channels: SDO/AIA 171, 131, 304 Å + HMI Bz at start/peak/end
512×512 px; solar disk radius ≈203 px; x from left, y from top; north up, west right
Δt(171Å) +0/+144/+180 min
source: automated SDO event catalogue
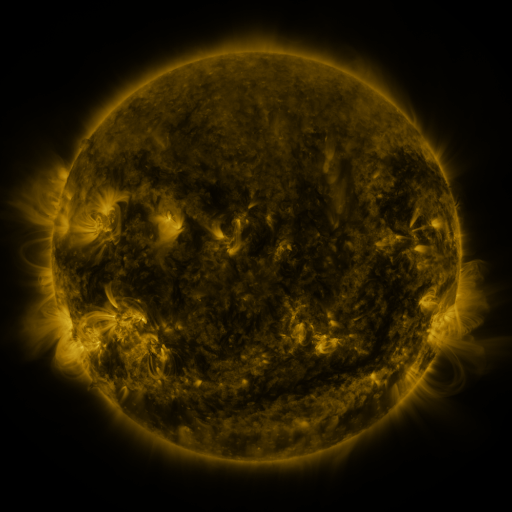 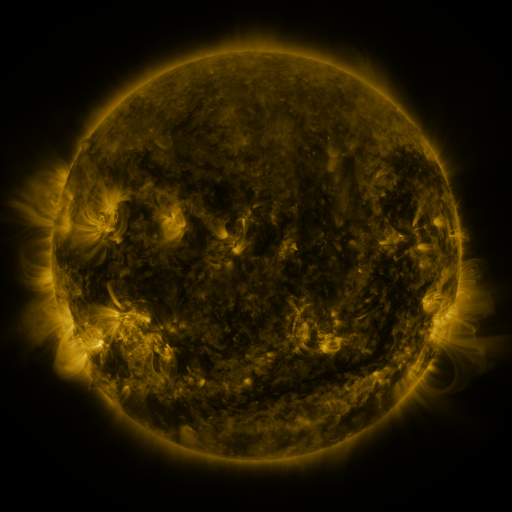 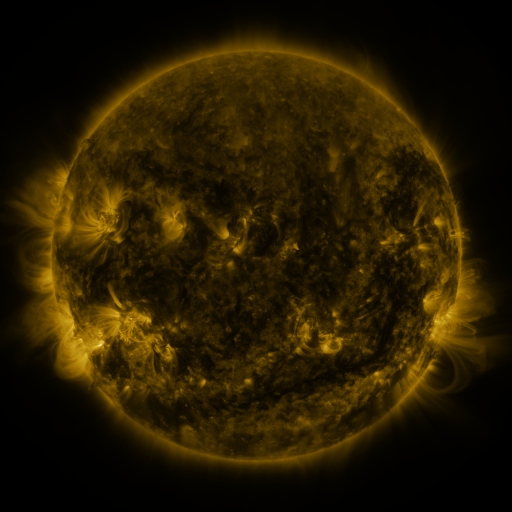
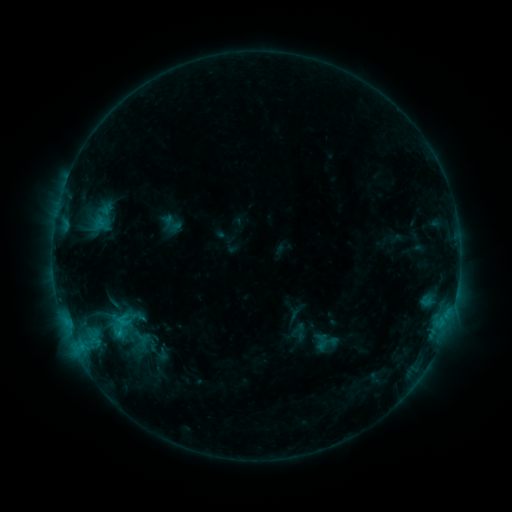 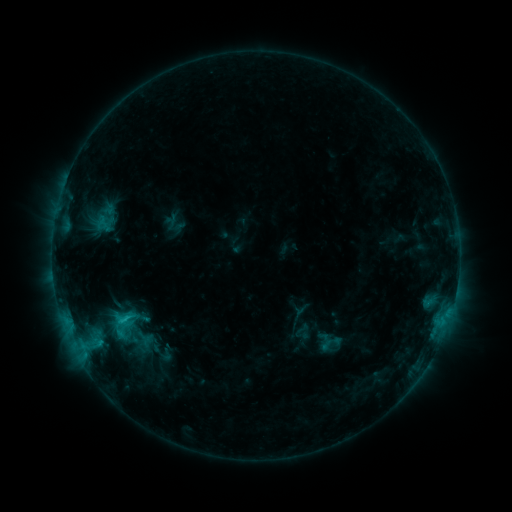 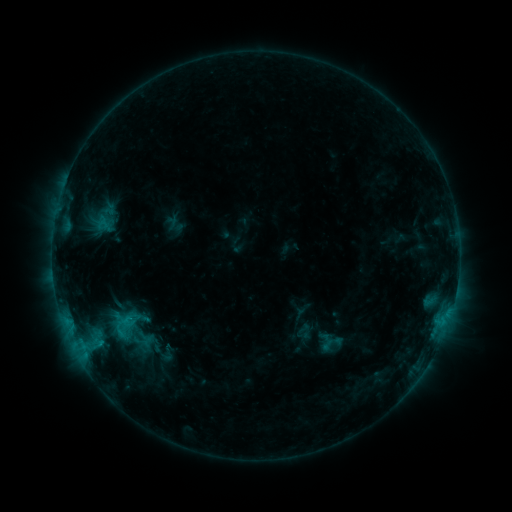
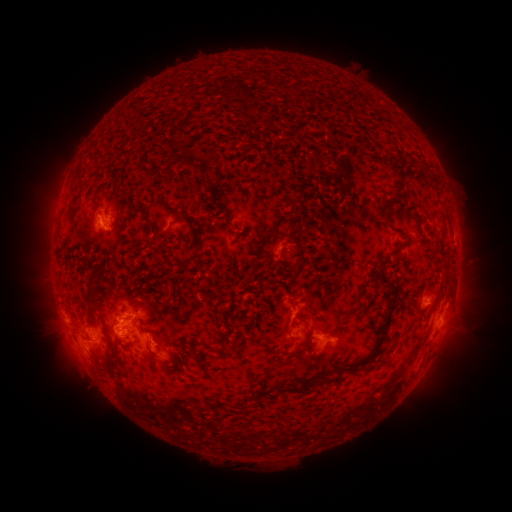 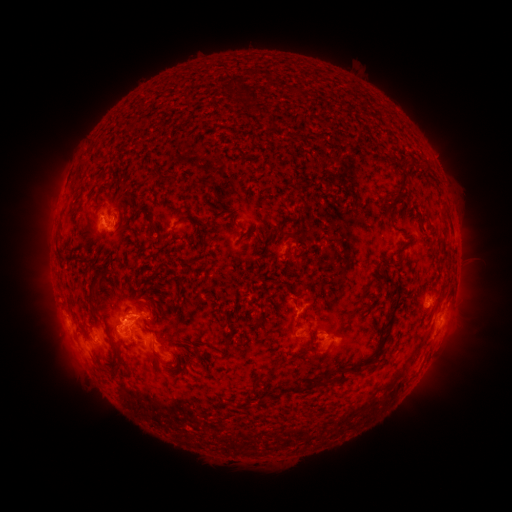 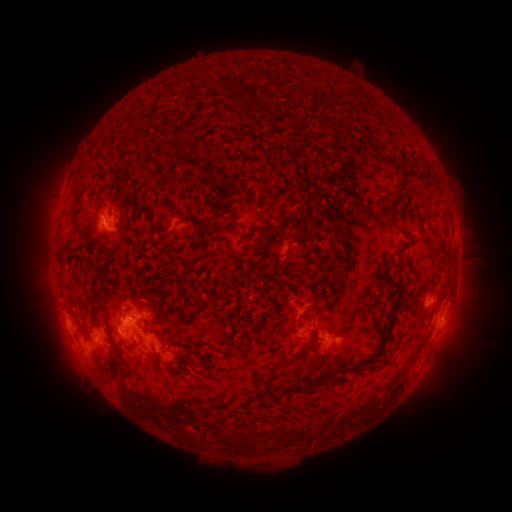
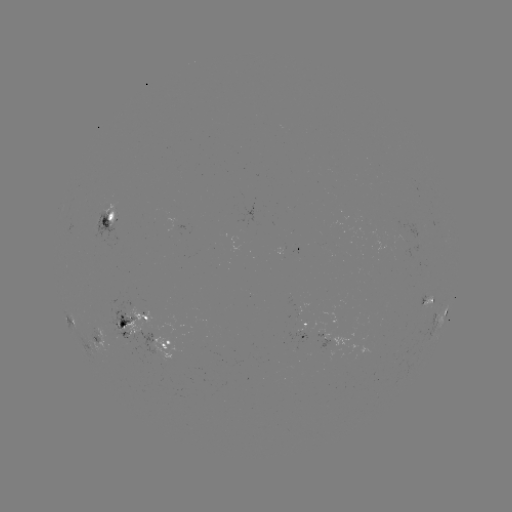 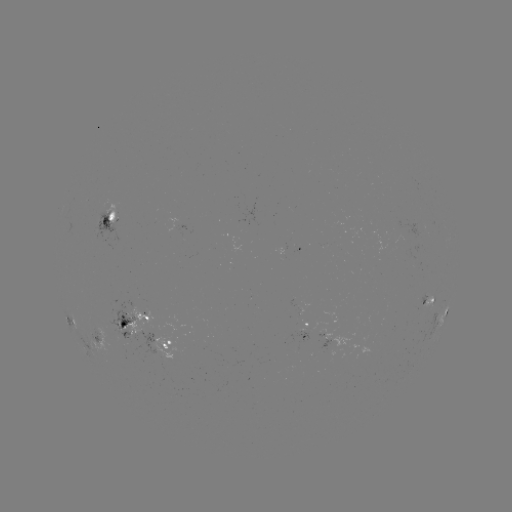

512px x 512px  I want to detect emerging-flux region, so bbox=[294, 305, 298, 318].